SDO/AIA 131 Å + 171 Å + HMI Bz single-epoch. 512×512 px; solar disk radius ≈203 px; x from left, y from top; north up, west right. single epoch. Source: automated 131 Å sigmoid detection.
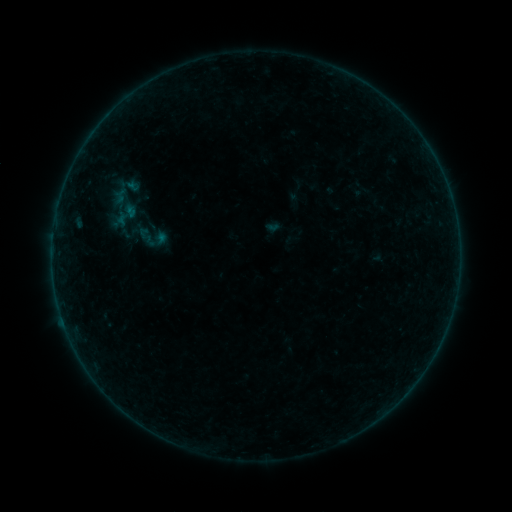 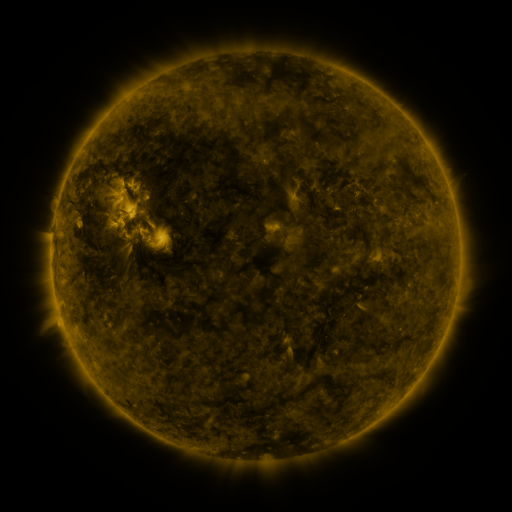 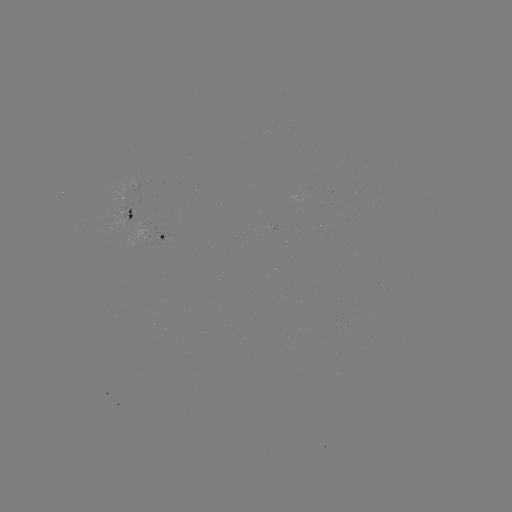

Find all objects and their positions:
sigmoid: (126, 215)
sigmoid: (147, 235)
